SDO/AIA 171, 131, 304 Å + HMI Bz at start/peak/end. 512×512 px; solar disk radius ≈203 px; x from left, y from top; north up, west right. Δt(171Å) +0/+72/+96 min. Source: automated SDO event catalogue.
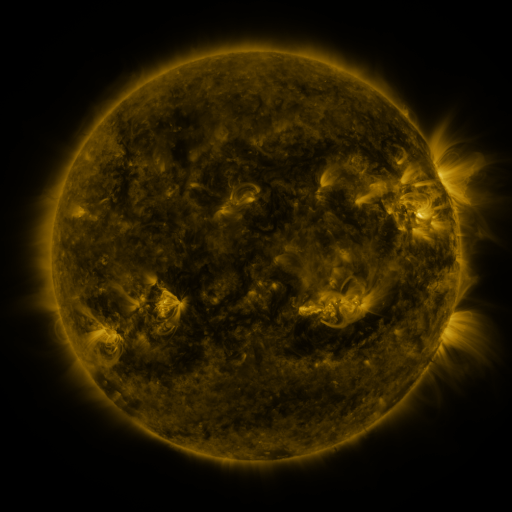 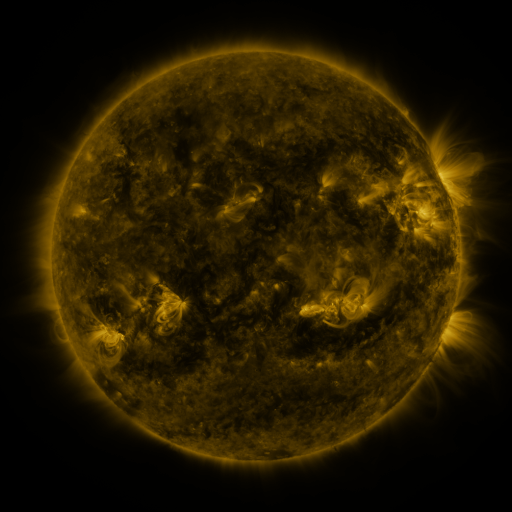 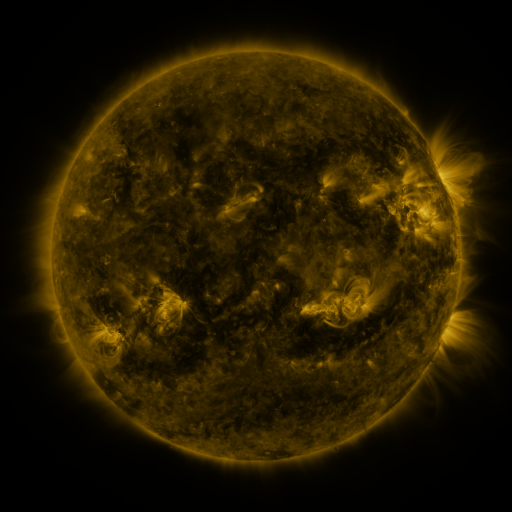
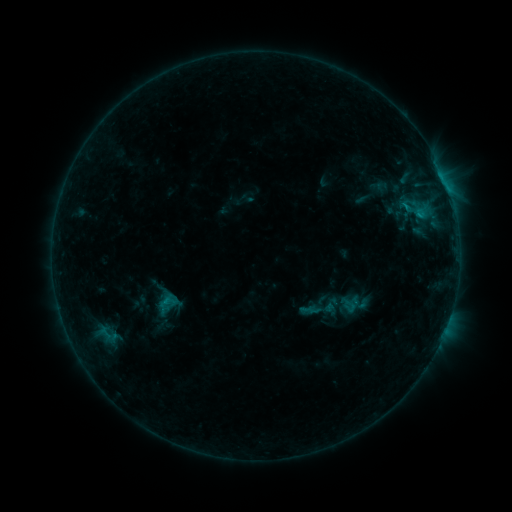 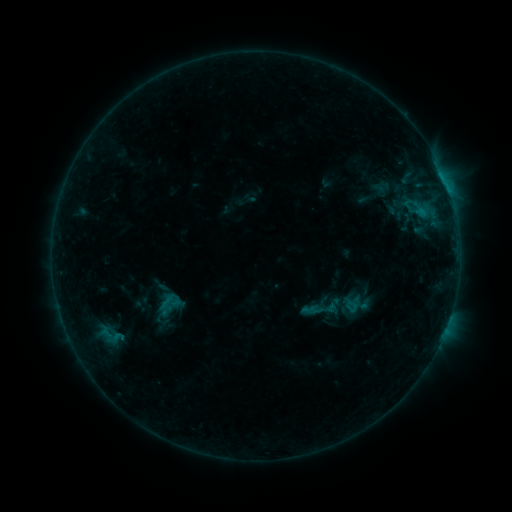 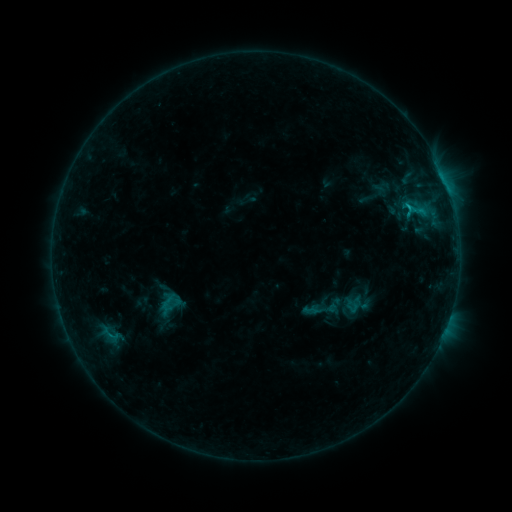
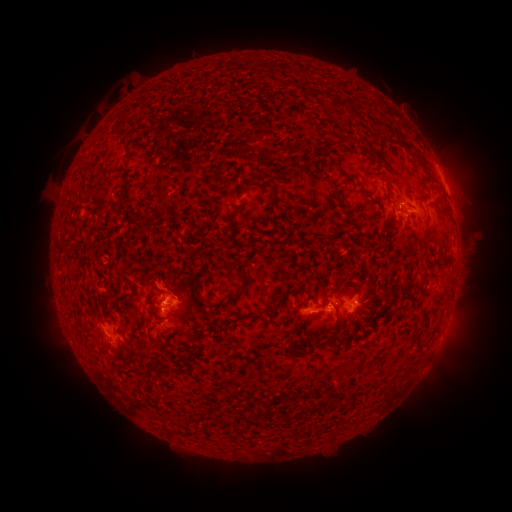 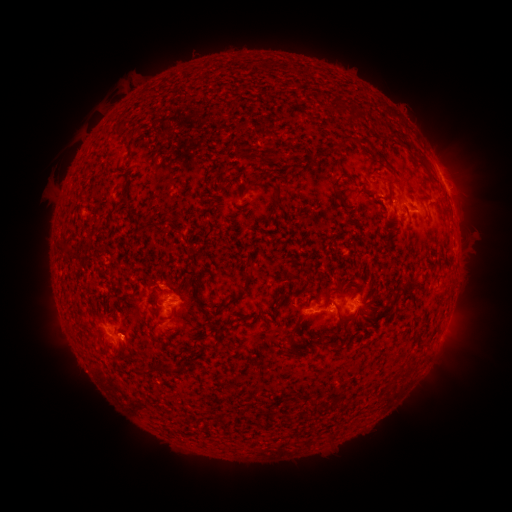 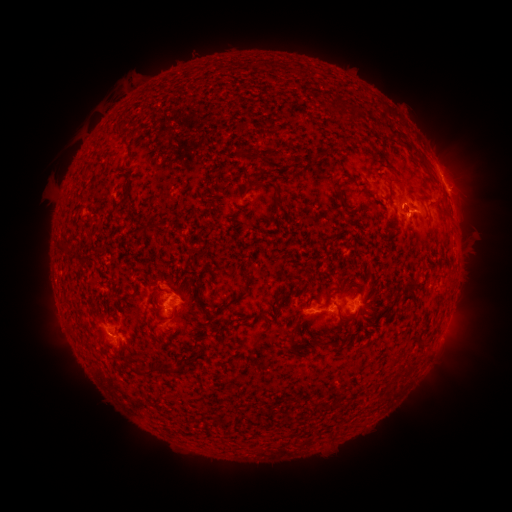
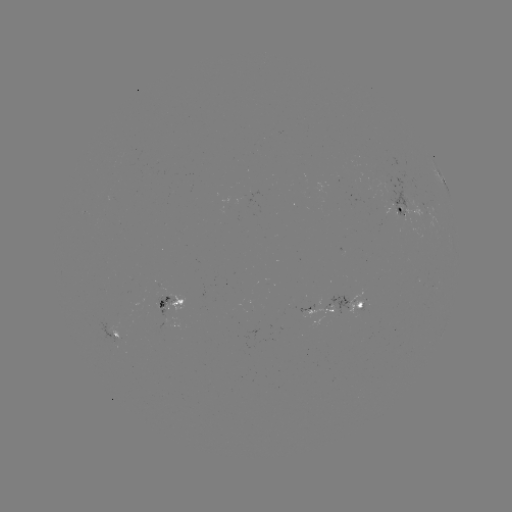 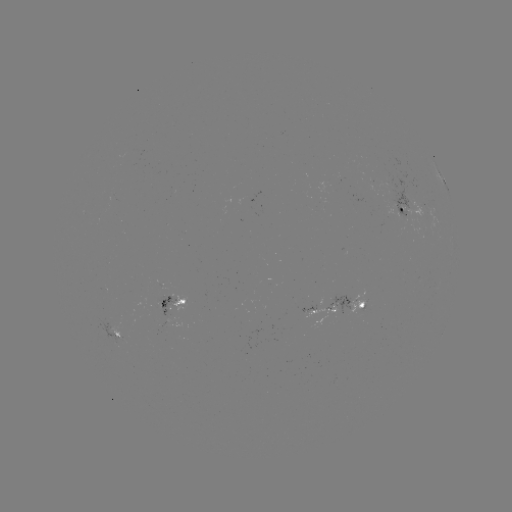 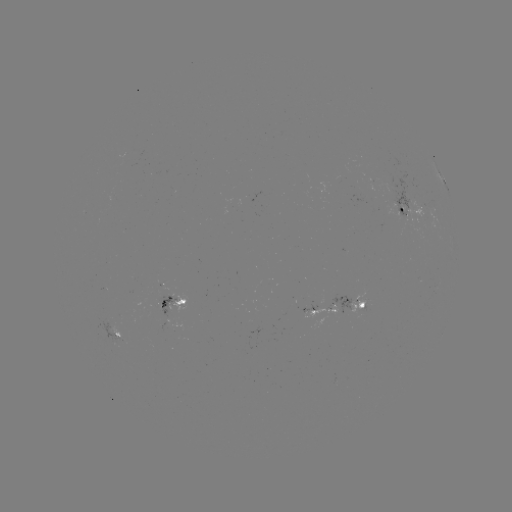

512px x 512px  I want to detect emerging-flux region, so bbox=[158, 297, 178, 316].